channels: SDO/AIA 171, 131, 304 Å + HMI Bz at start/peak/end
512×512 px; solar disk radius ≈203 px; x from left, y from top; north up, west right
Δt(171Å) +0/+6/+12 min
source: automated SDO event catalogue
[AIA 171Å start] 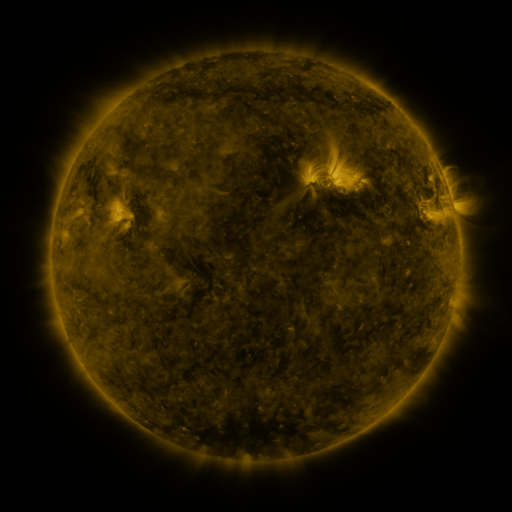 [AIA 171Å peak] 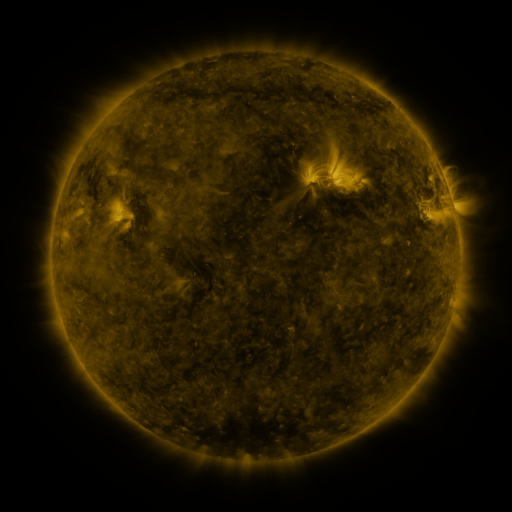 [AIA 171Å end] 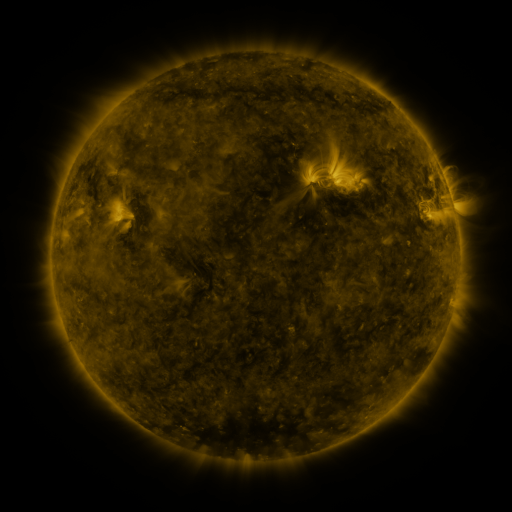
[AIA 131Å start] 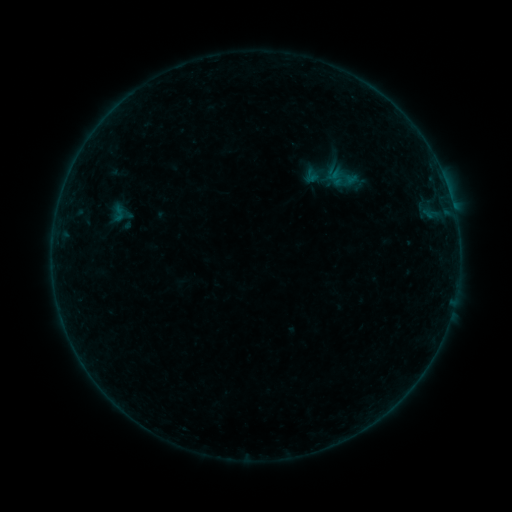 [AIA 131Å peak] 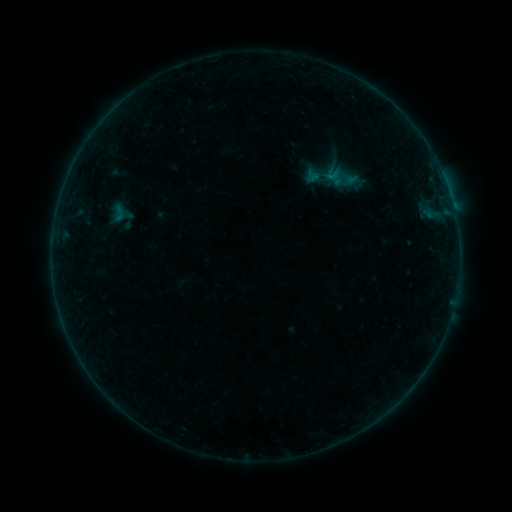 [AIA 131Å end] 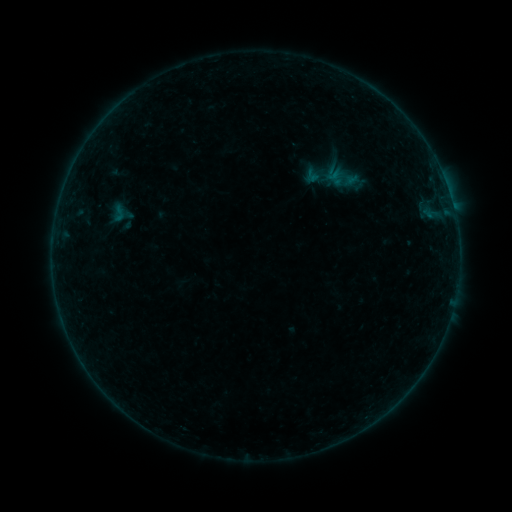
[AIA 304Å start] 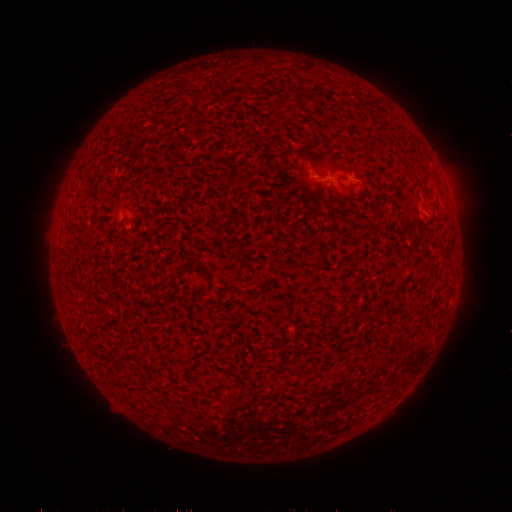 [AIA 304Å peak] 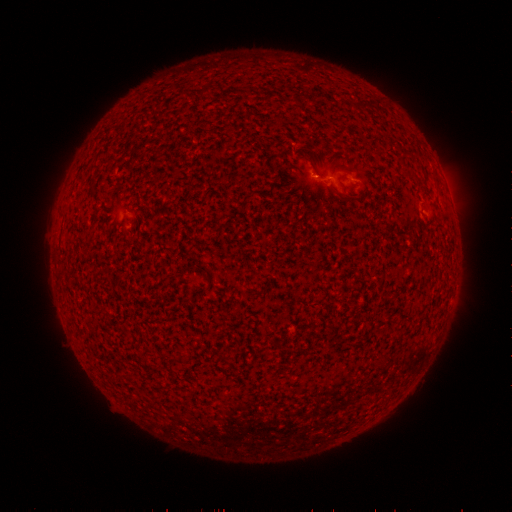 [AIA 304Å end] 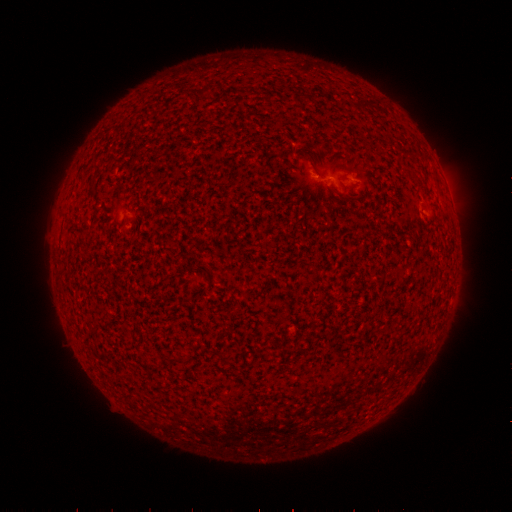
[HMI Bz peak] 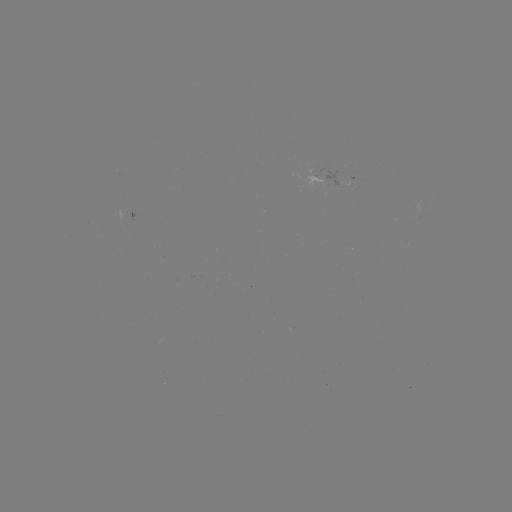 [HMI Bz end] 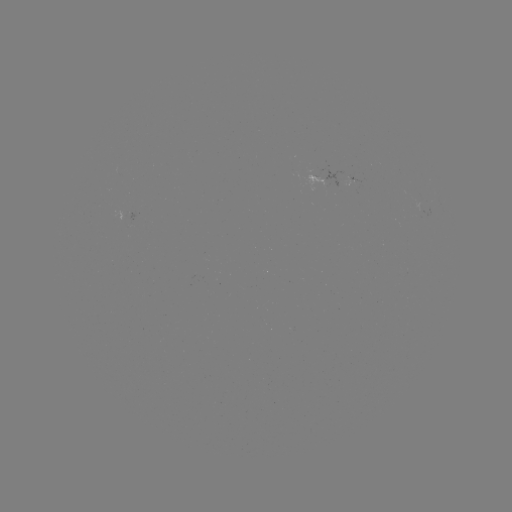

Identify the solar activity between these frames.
B1.3 flare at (329, 180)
